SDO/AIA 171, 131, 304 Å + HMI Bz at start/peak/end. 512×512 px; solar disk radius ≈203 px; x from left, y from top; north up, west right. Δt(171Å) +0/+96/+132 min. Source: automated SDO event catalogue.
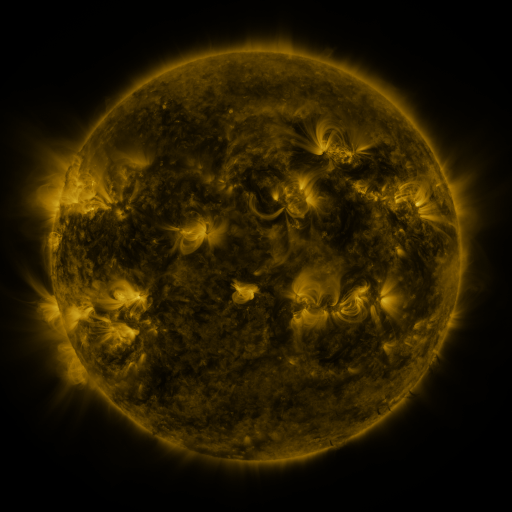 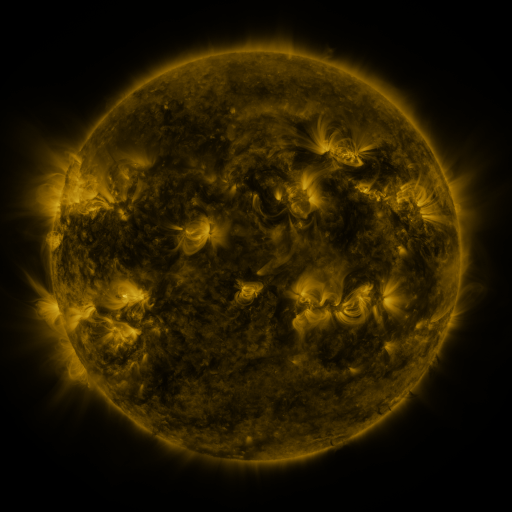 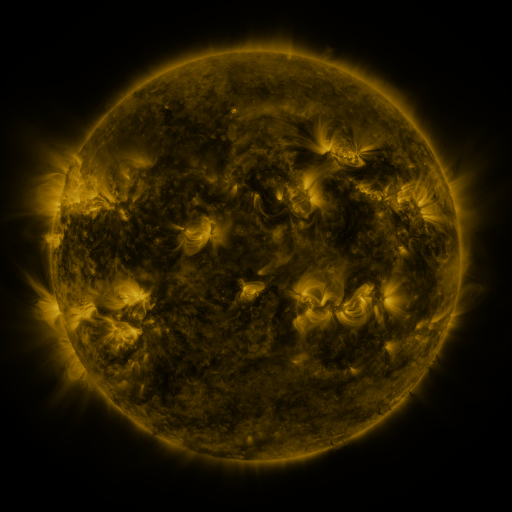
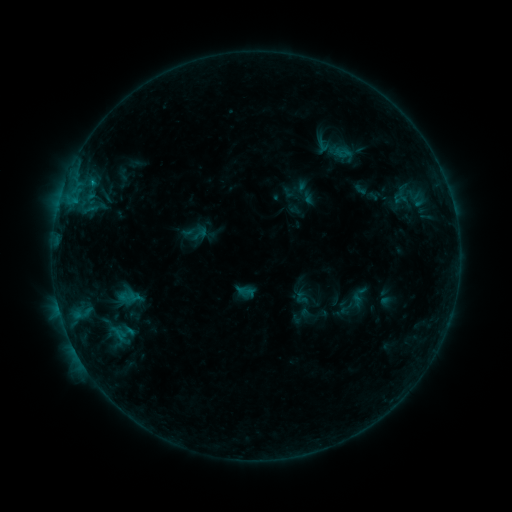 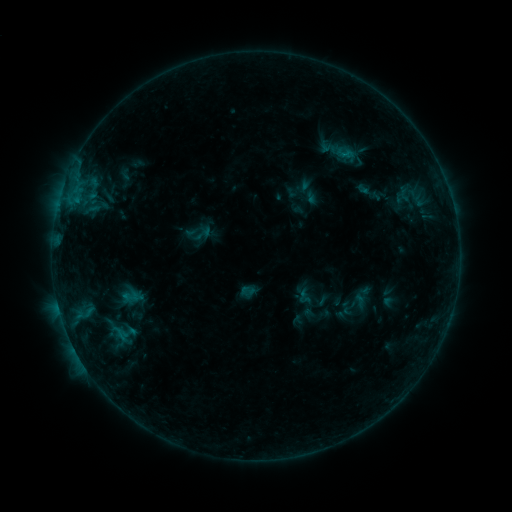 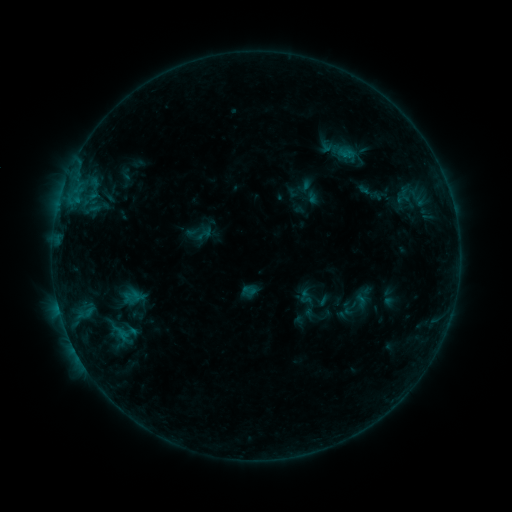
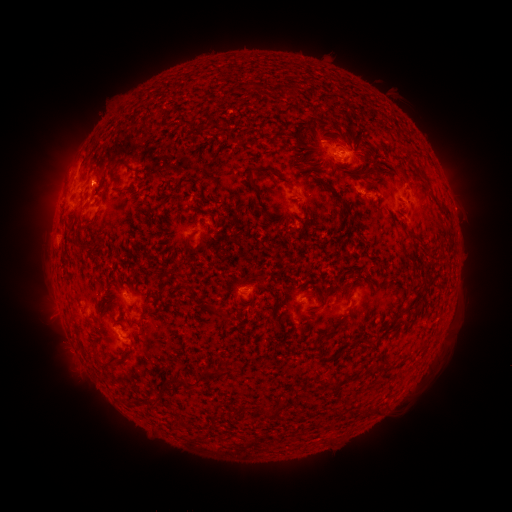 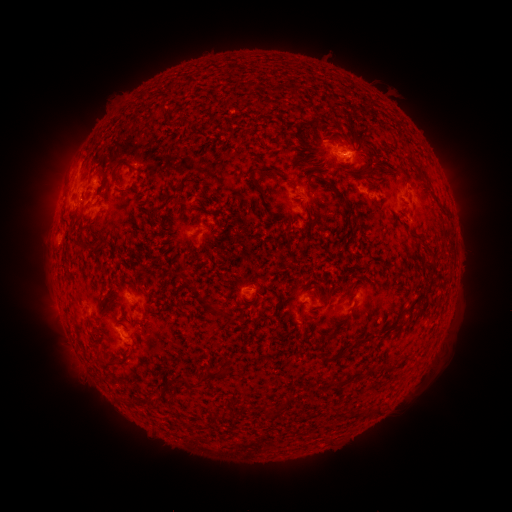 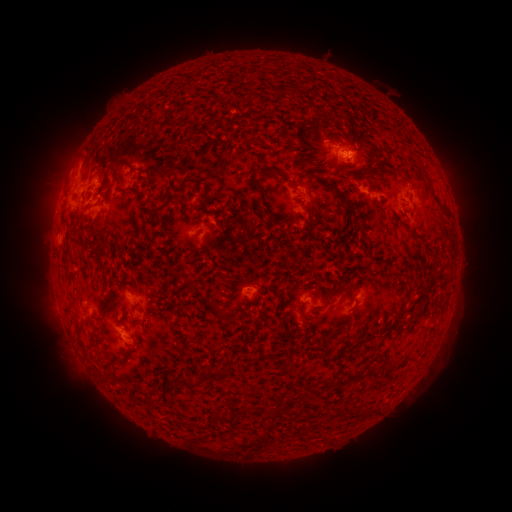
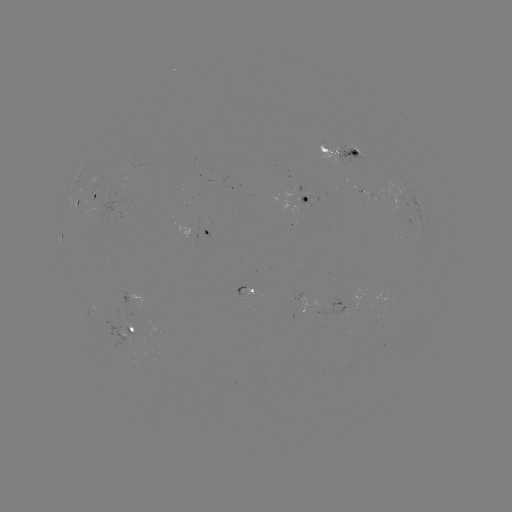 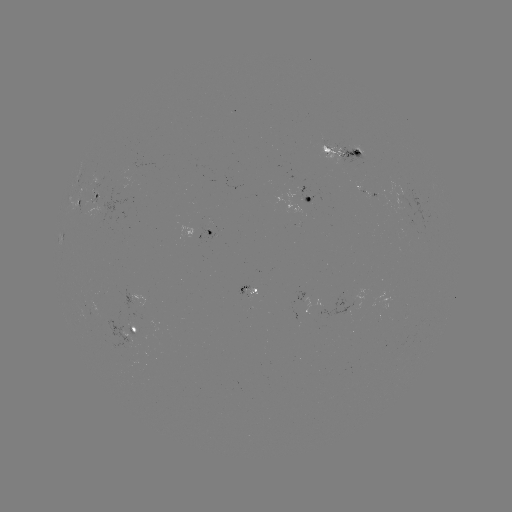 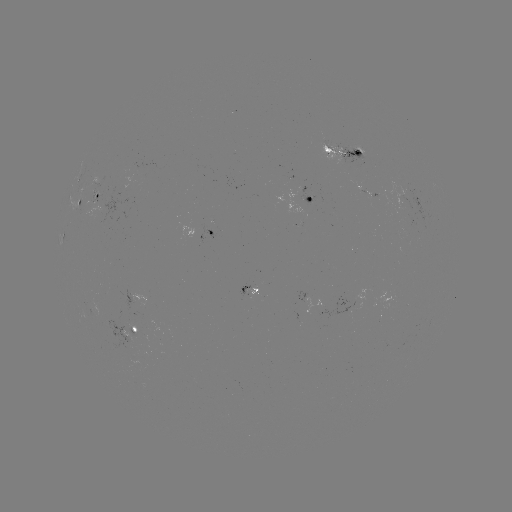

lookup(emerging-flux region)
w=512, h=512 [357, 151]